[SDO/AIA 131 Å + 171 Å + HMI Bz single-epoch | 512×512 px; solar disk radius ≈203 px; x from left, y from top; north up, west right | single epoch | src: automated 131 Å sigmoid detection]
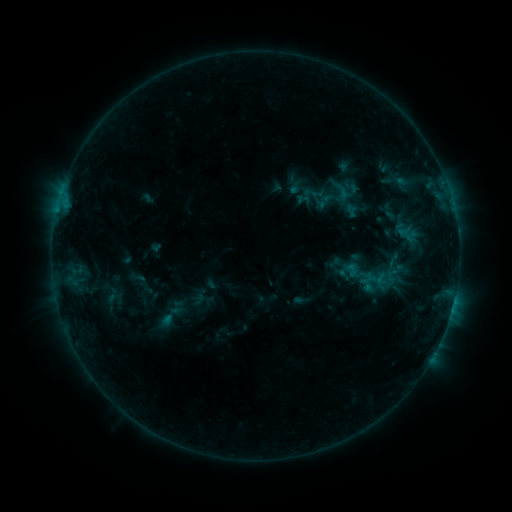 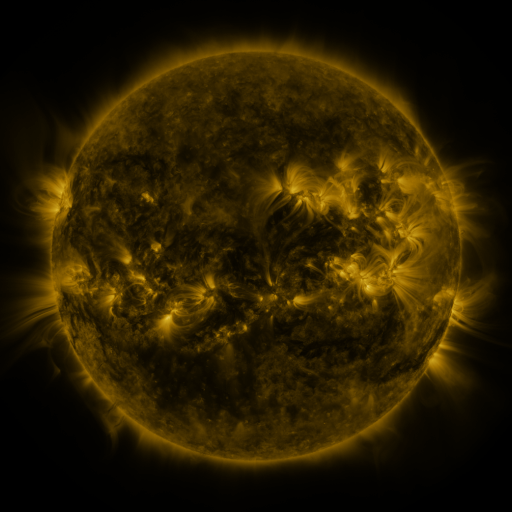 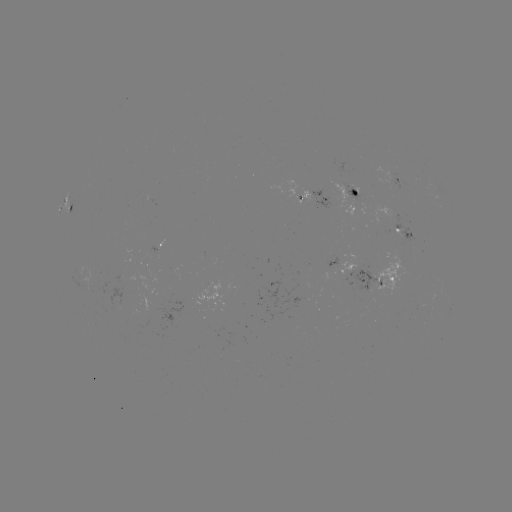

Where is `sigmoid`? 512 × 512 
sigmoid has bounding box [299, 183, 332, 214].